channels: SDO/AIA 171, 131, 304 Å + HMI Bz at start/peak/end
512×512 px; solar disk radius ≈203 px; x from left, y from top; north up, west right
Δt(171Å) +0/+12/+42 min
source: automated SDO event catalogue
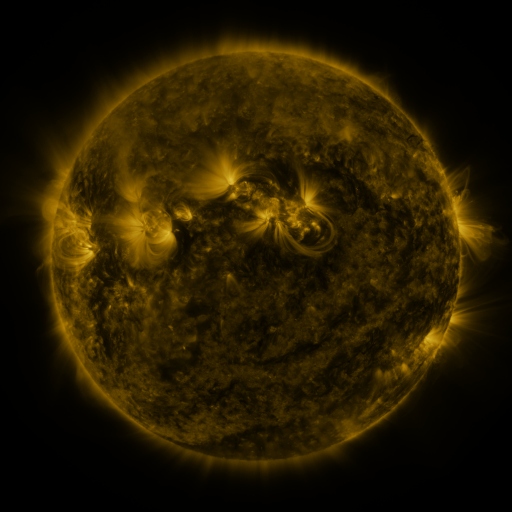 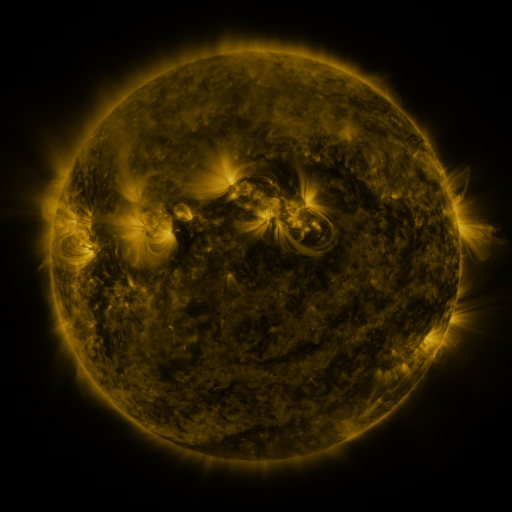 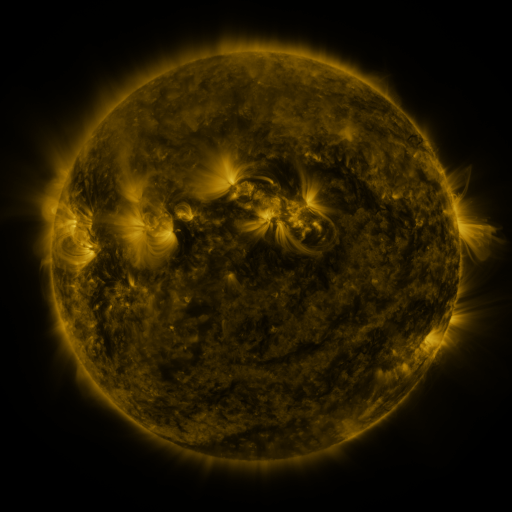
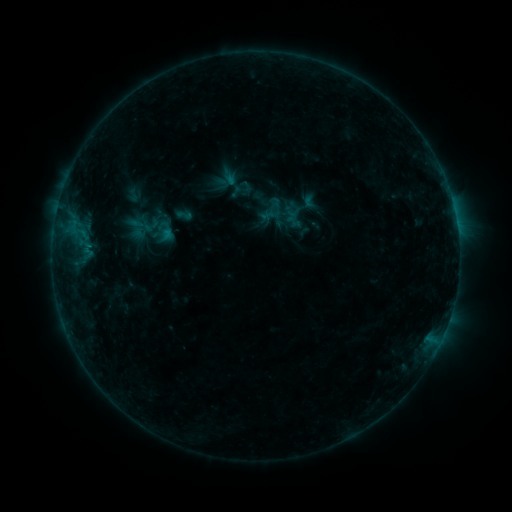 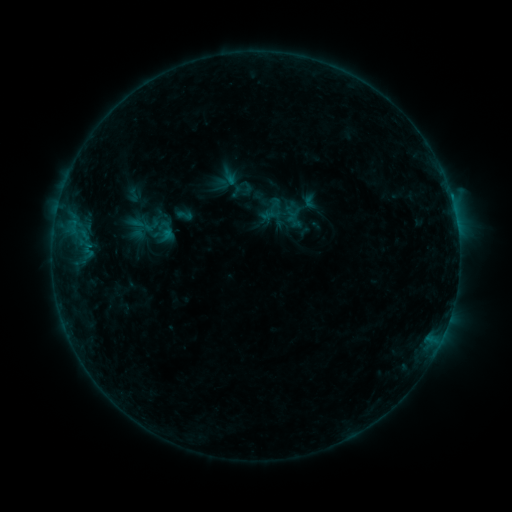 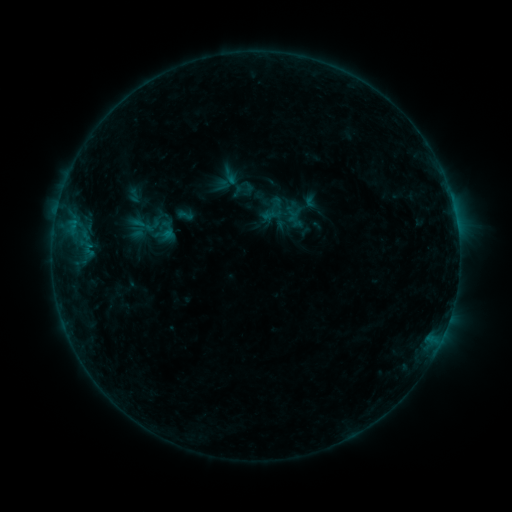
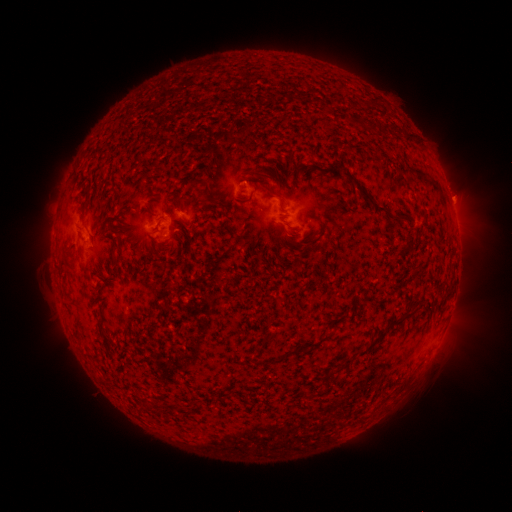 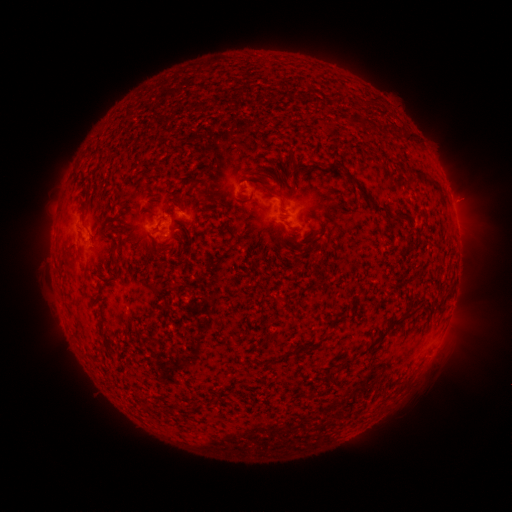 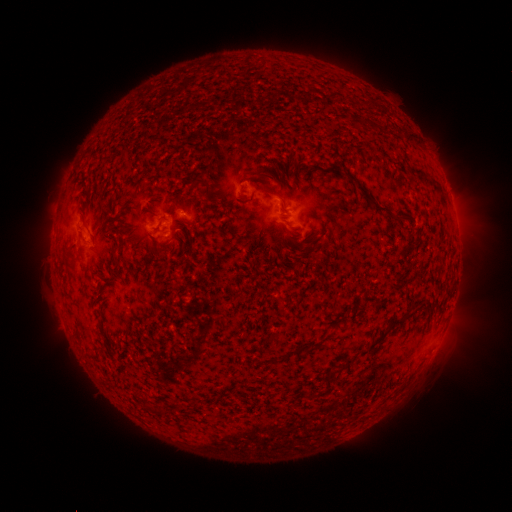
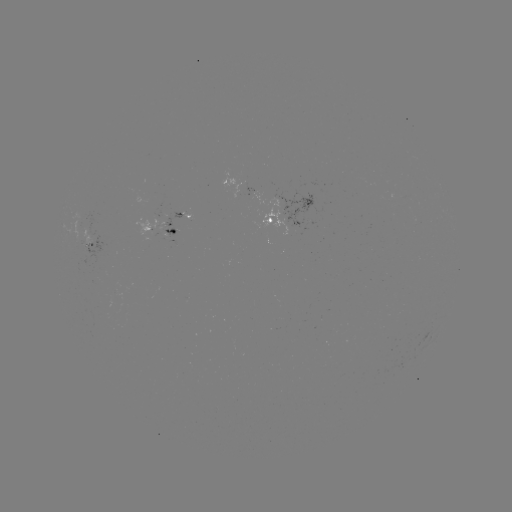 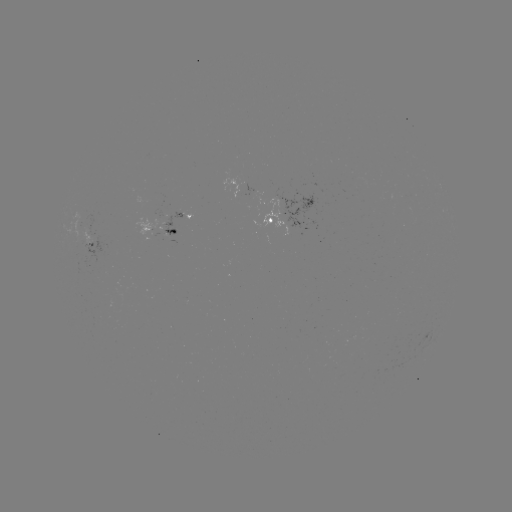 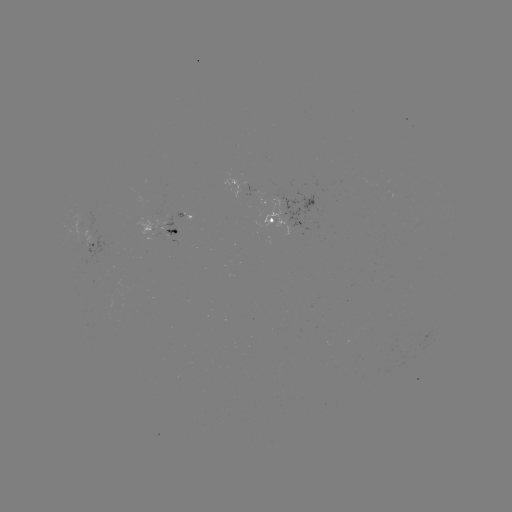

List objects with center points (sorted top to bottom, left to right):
B4.3 flare: (72, 226)
